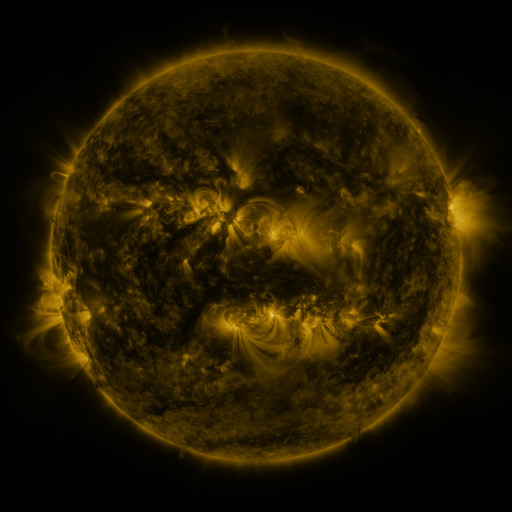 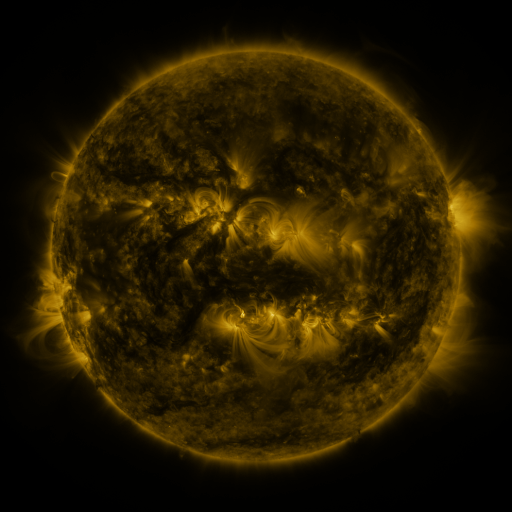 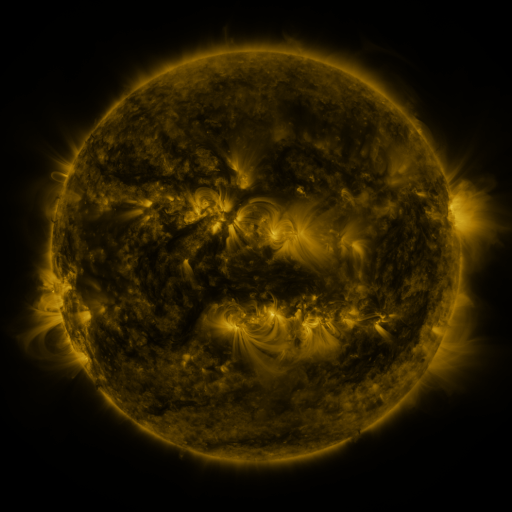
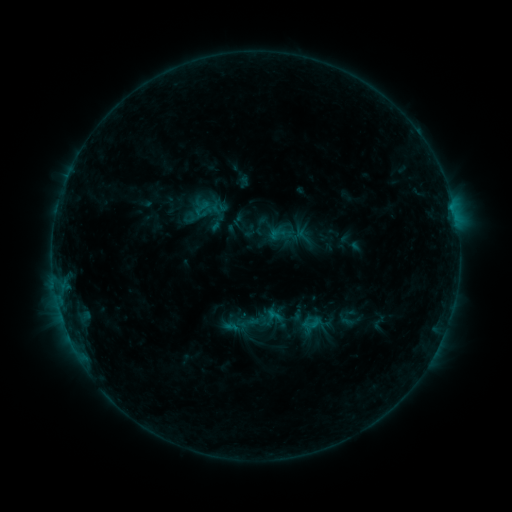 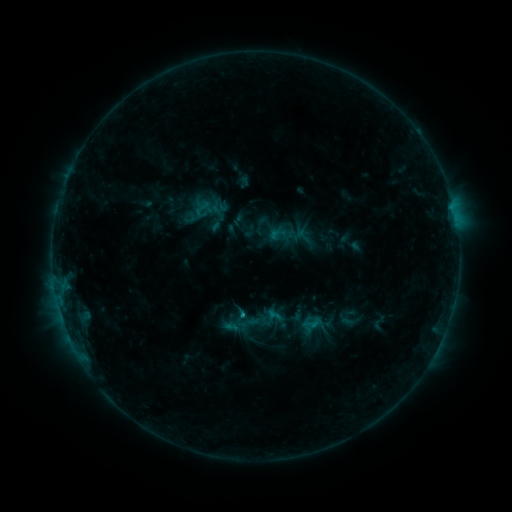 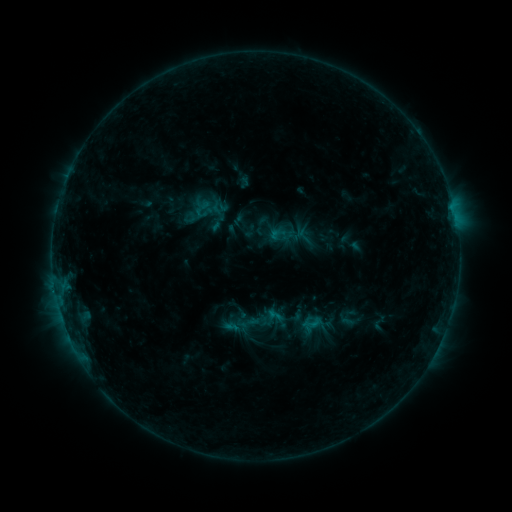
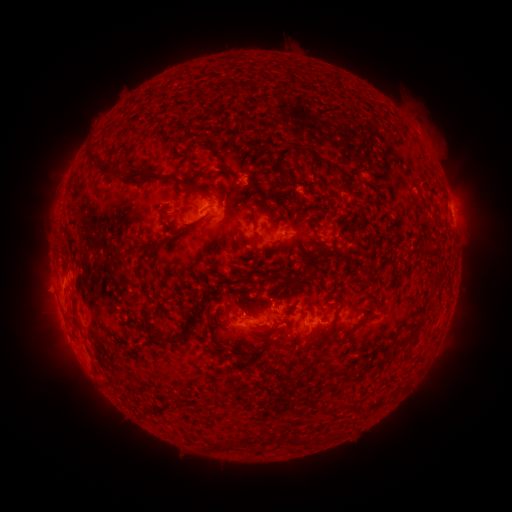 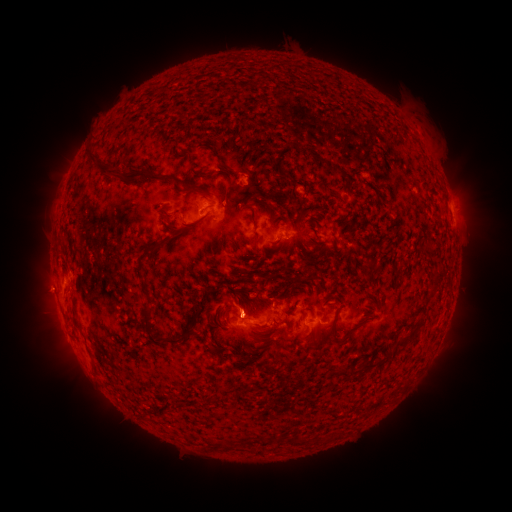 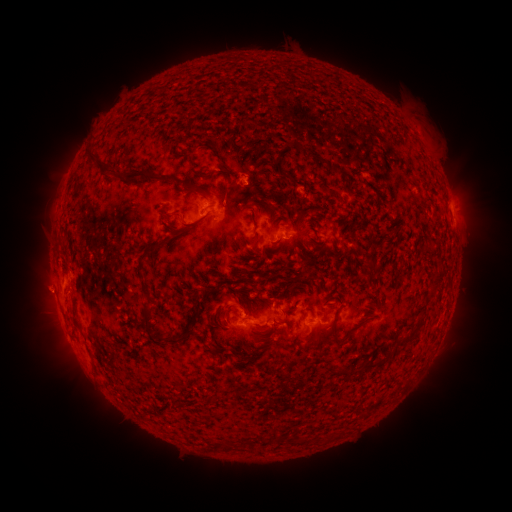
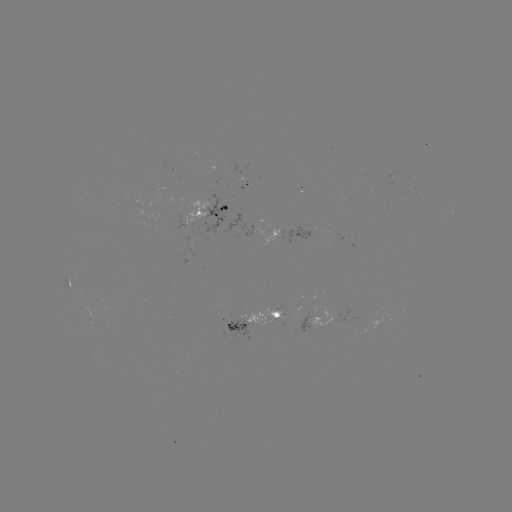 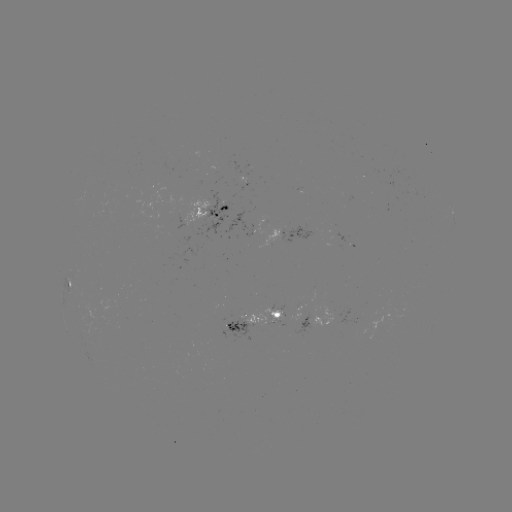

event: flare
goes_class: B6.1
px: (245, 314)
